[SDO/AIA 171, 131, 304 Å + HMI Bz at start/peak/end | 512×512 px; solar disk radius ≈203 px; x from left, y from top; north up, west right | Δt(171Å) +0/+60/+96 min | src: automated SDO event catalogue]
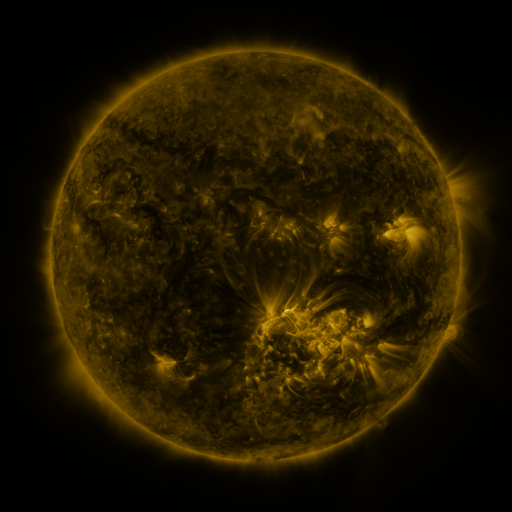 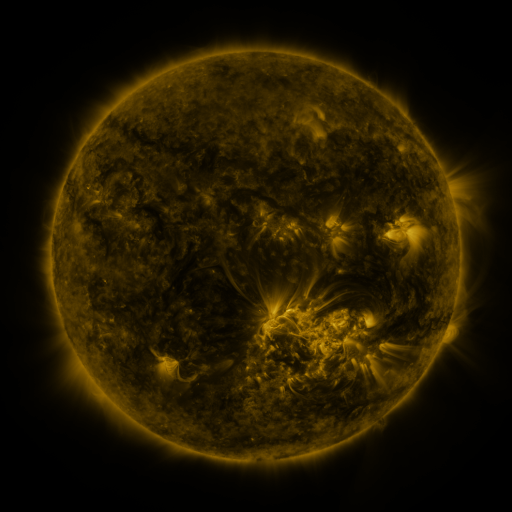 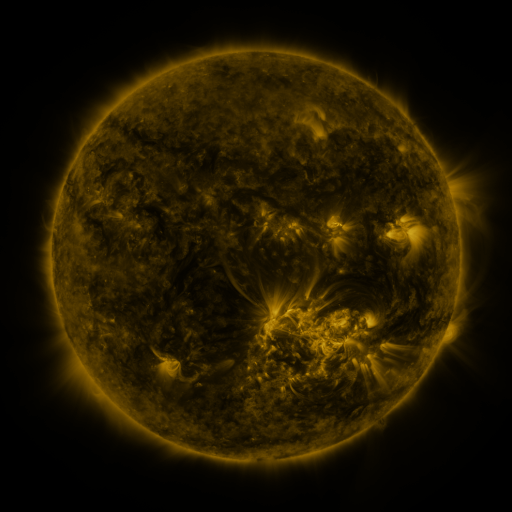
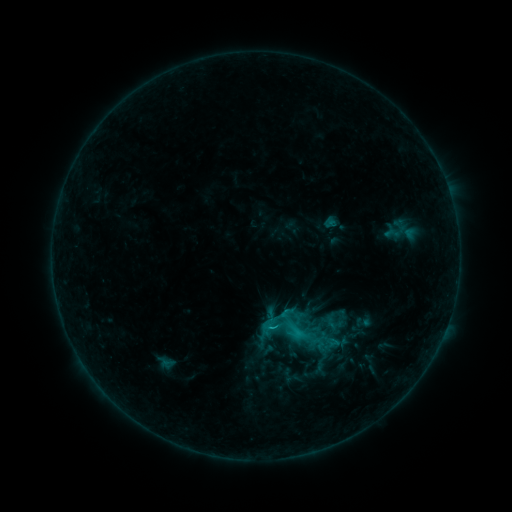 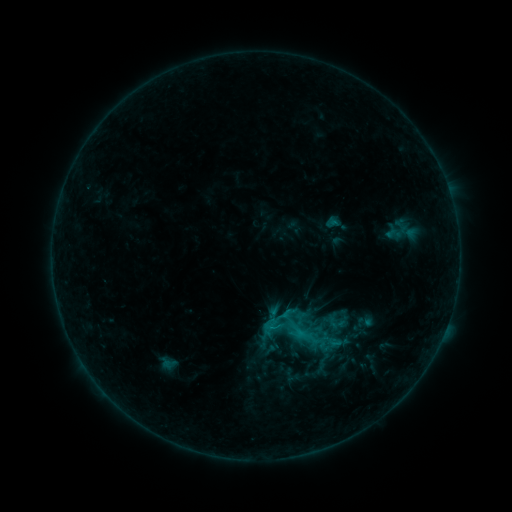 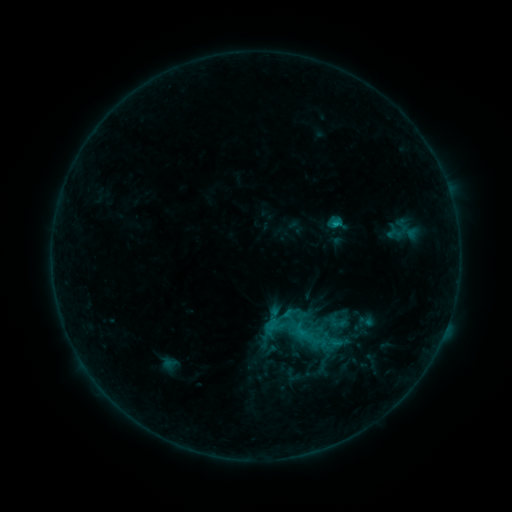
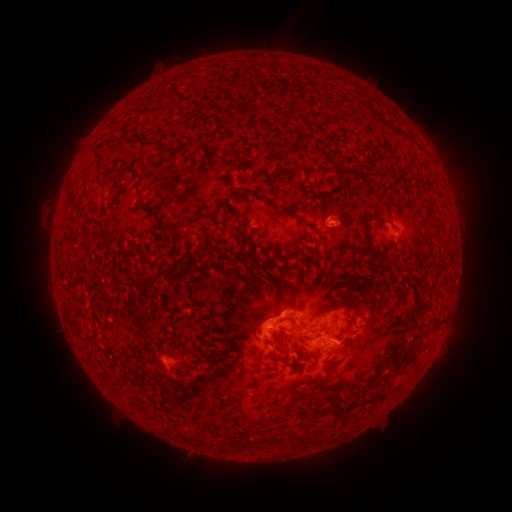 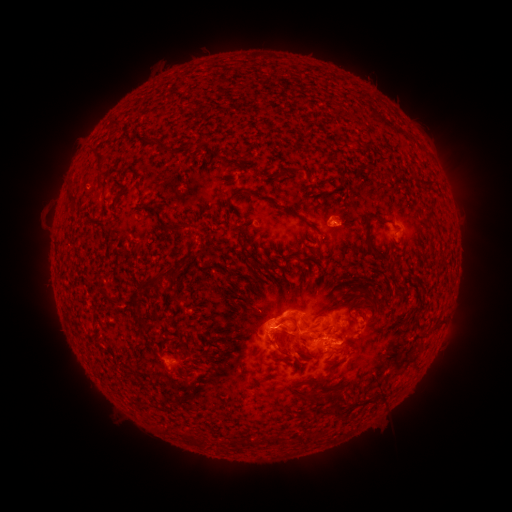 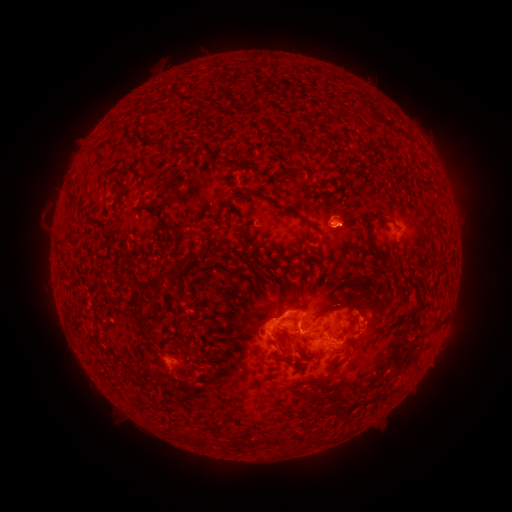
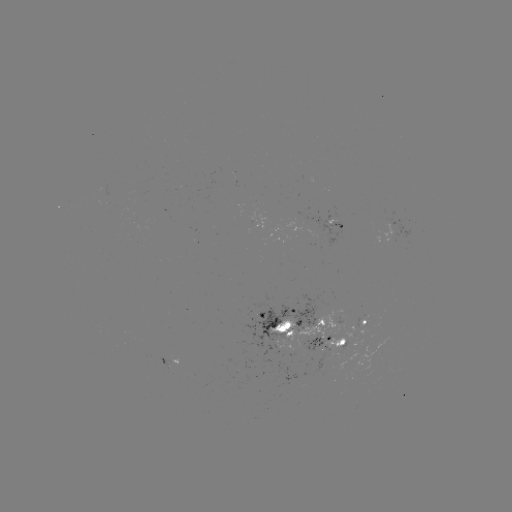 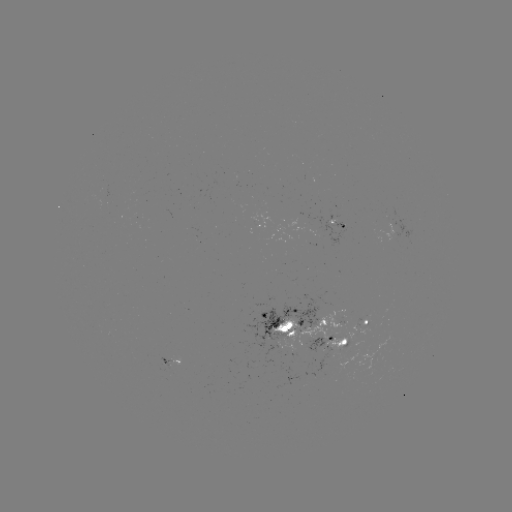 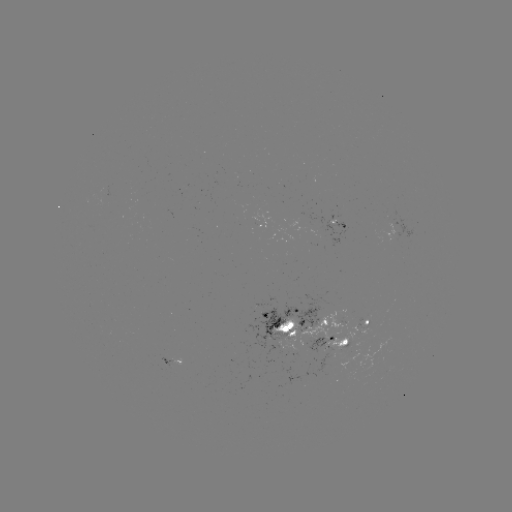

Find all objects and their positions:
emerging-flux region: (327, 347)
